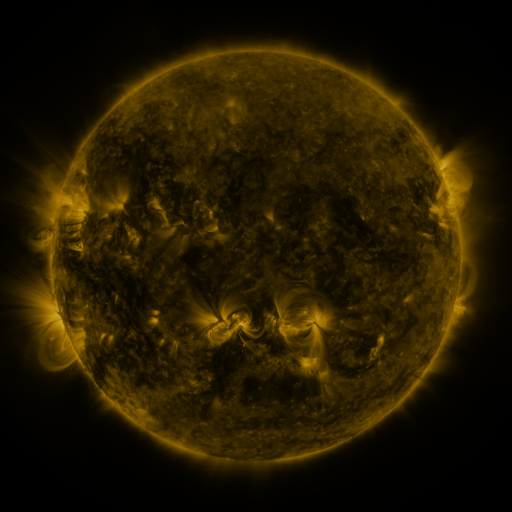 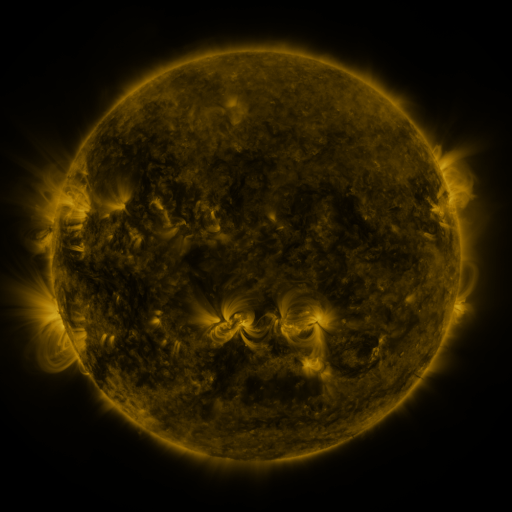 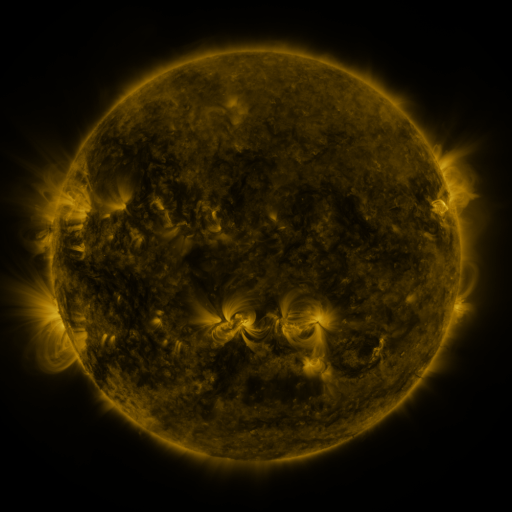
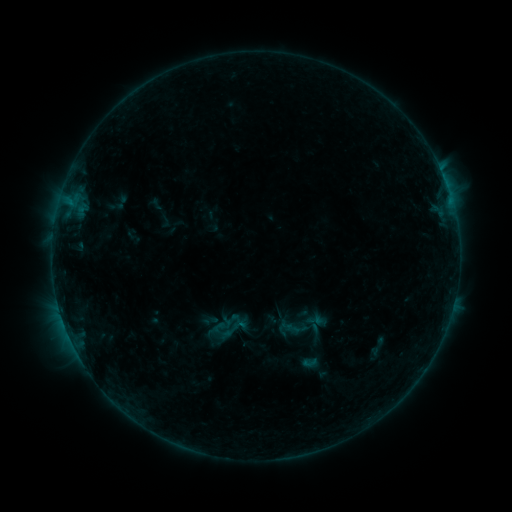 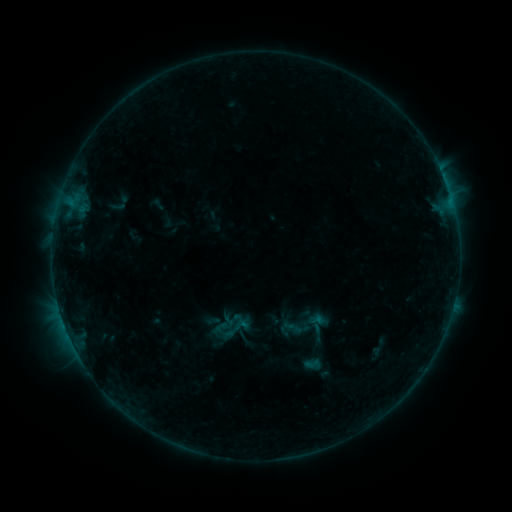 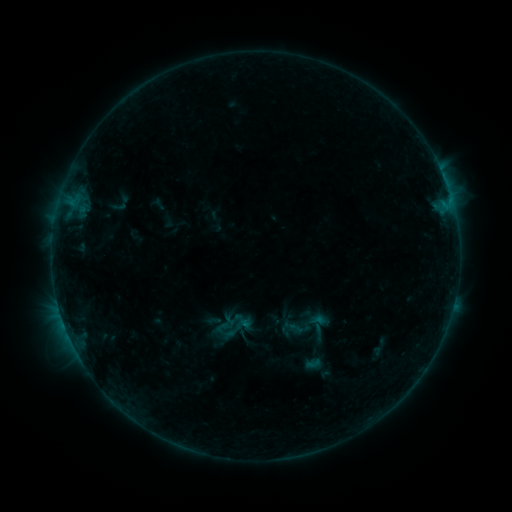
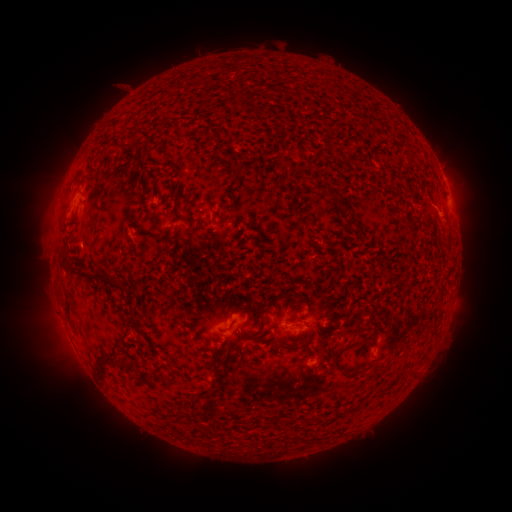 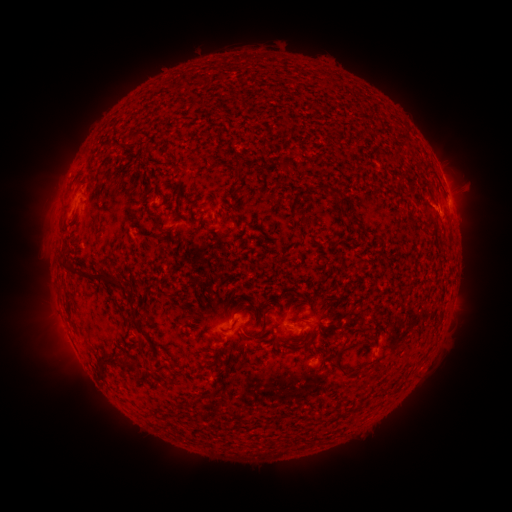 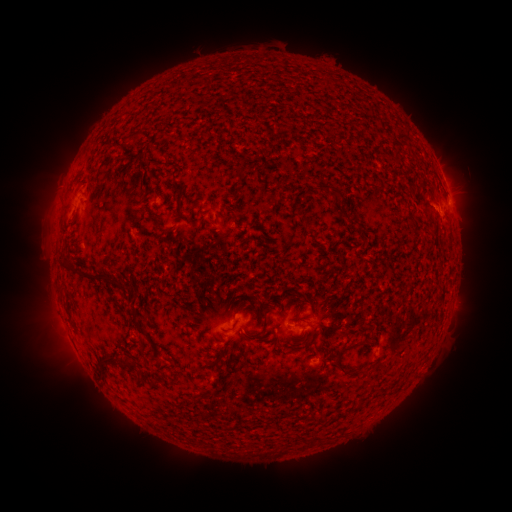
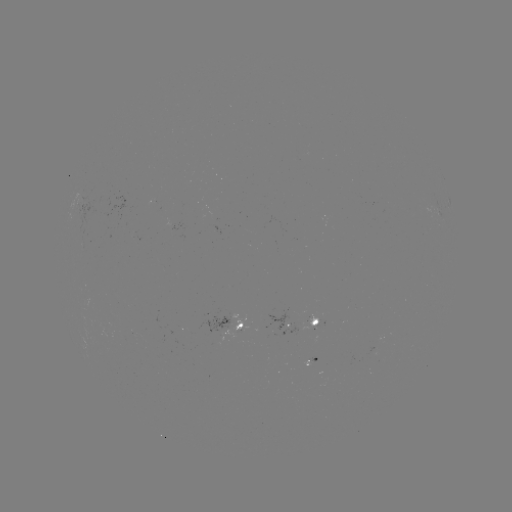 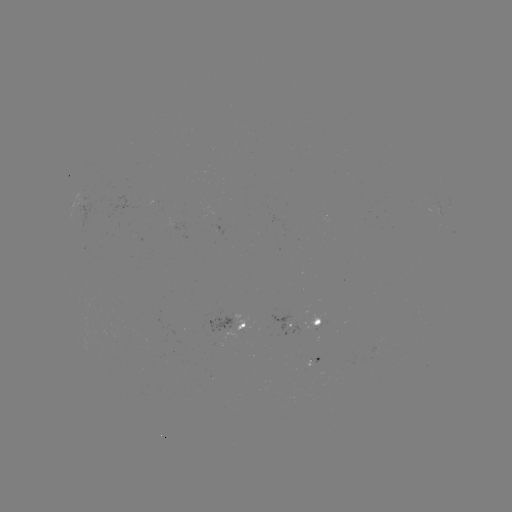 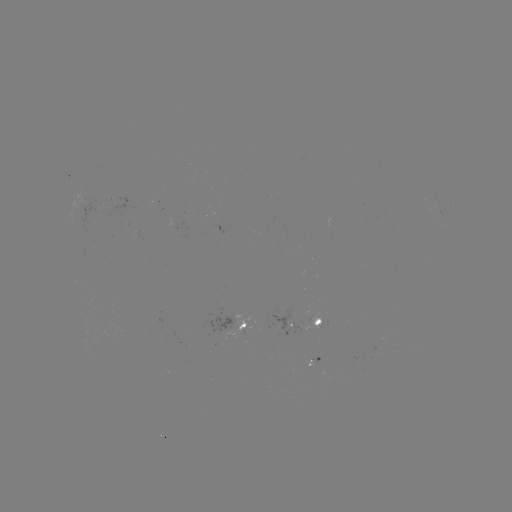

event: flare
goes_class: B4.0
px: (450, 206)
